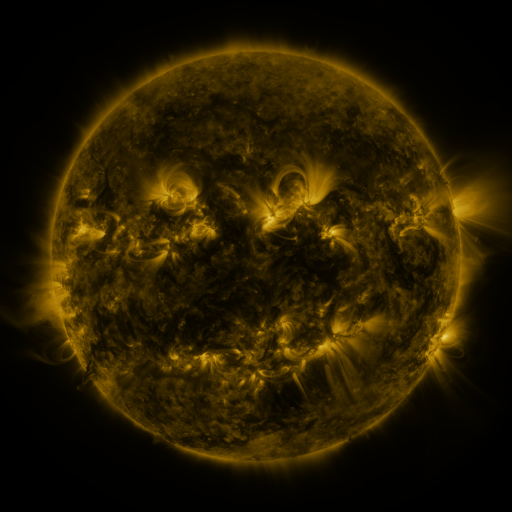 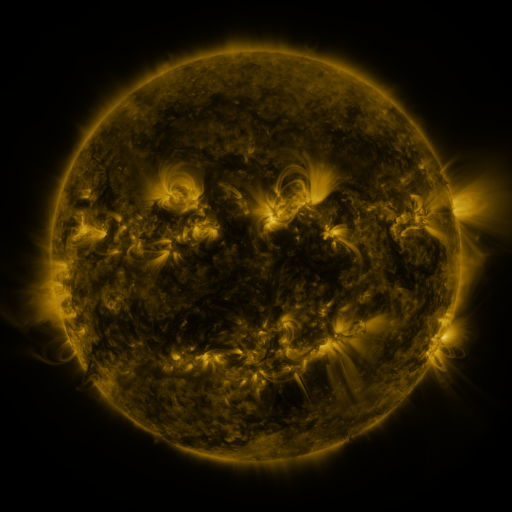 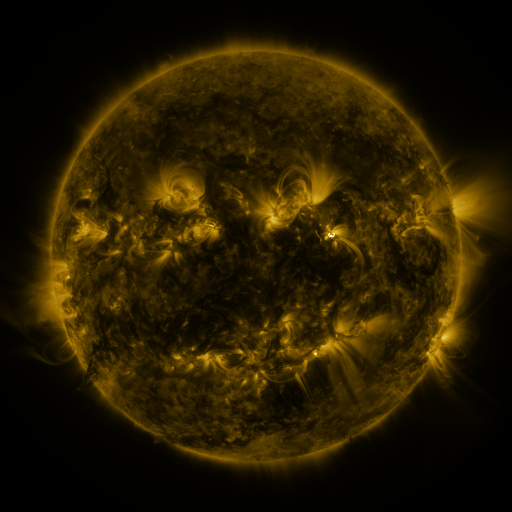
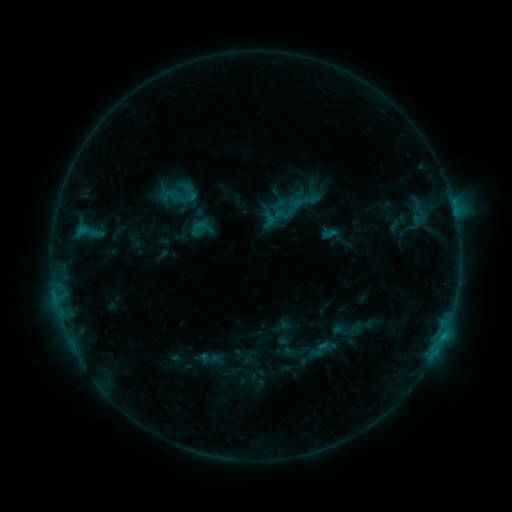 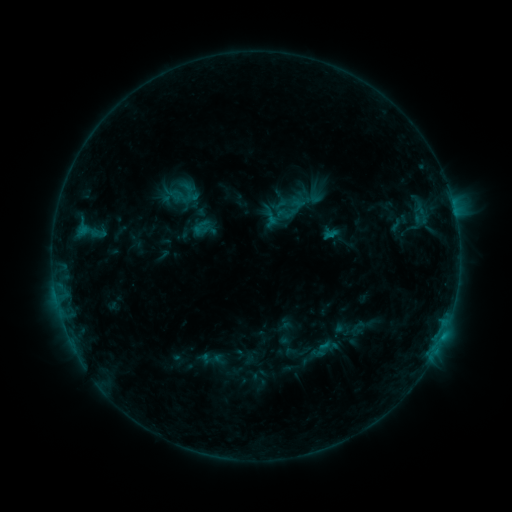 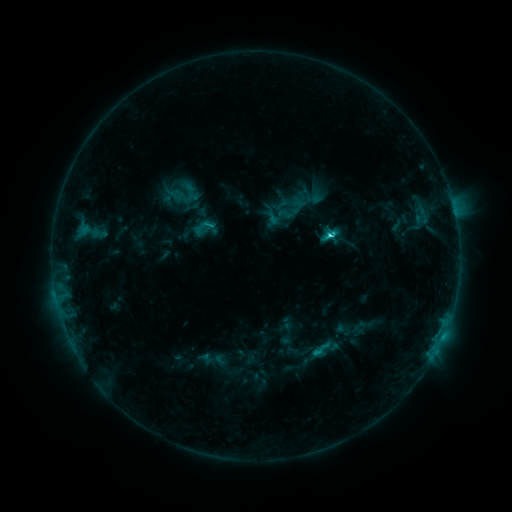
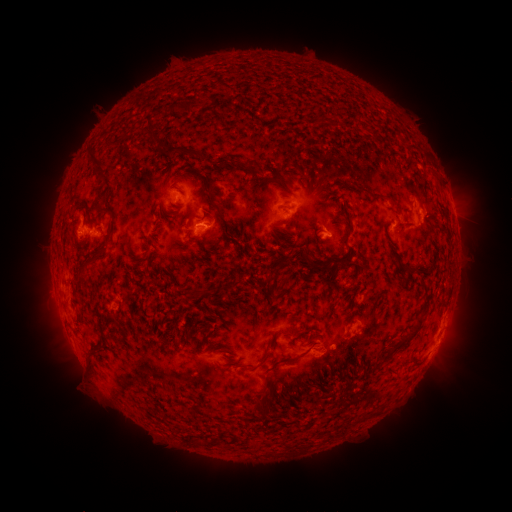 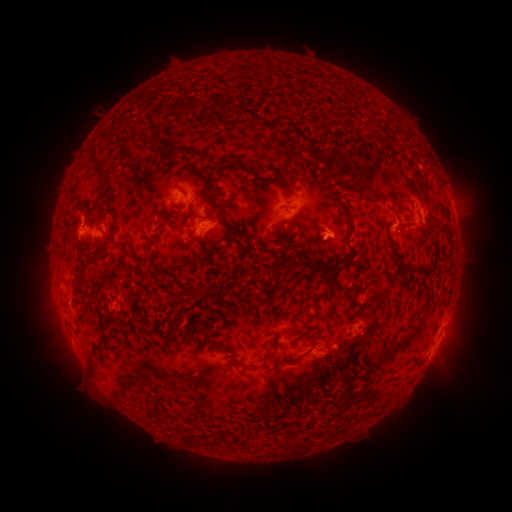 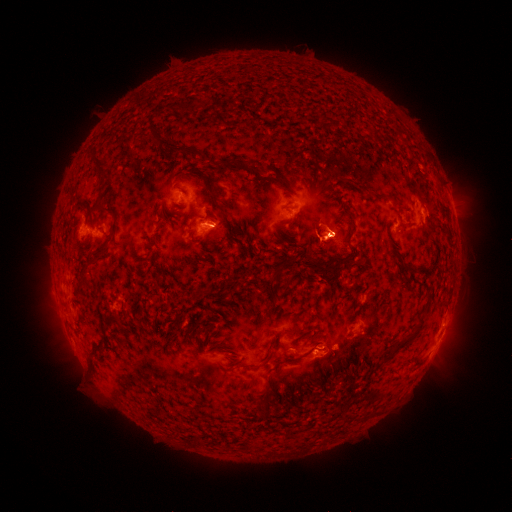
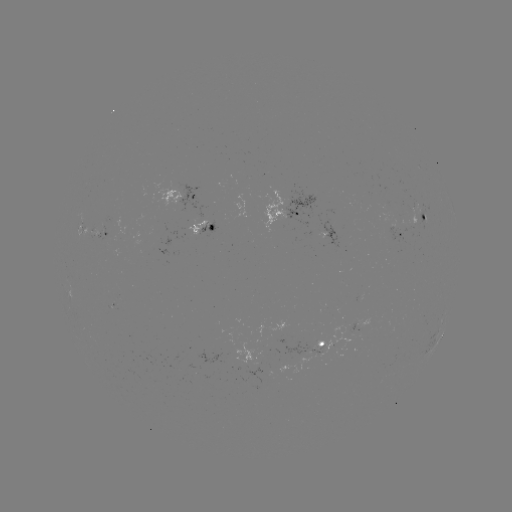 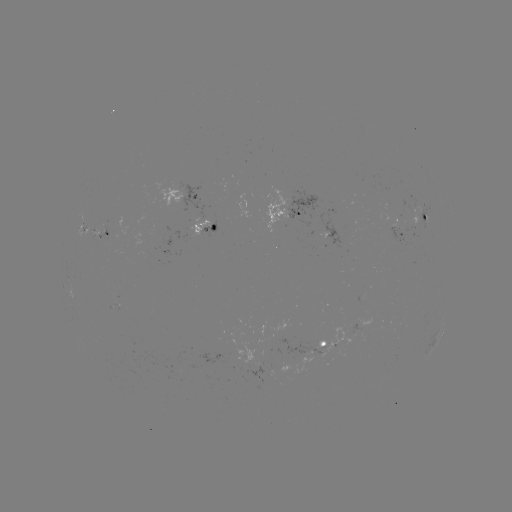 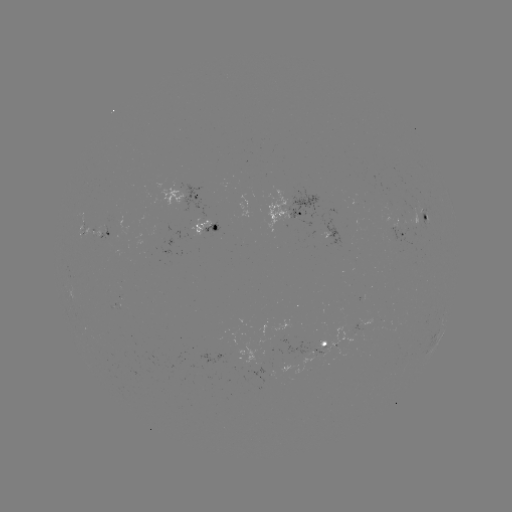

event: emerging-flux region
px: (161, 235)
